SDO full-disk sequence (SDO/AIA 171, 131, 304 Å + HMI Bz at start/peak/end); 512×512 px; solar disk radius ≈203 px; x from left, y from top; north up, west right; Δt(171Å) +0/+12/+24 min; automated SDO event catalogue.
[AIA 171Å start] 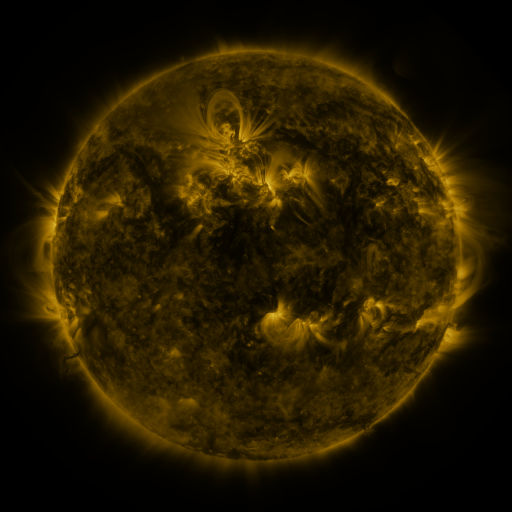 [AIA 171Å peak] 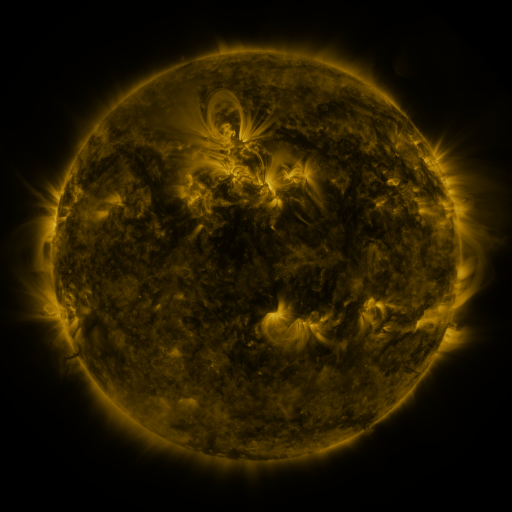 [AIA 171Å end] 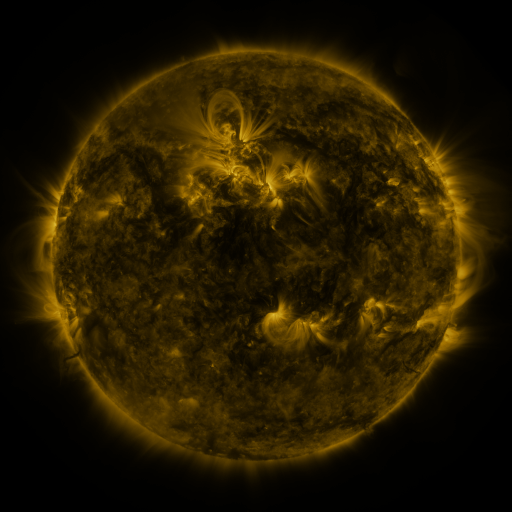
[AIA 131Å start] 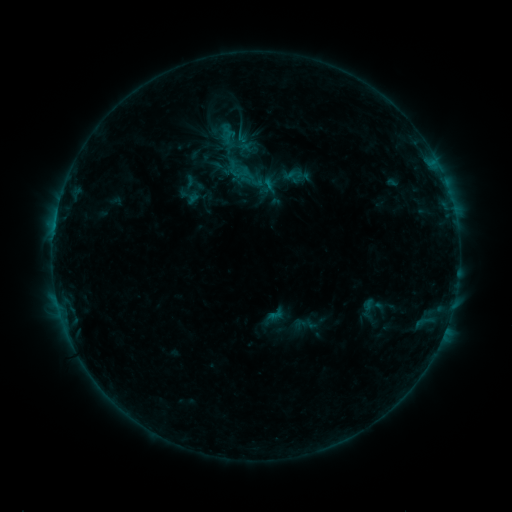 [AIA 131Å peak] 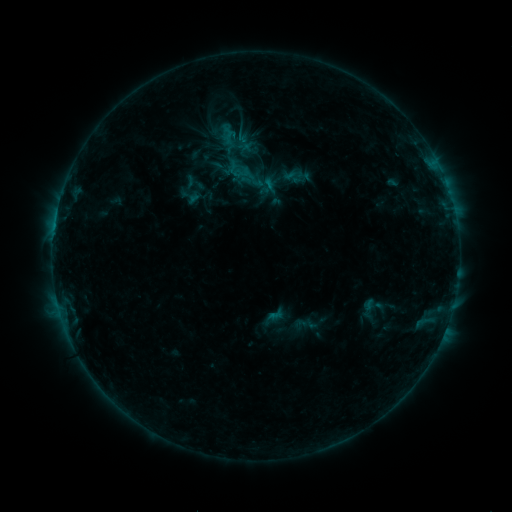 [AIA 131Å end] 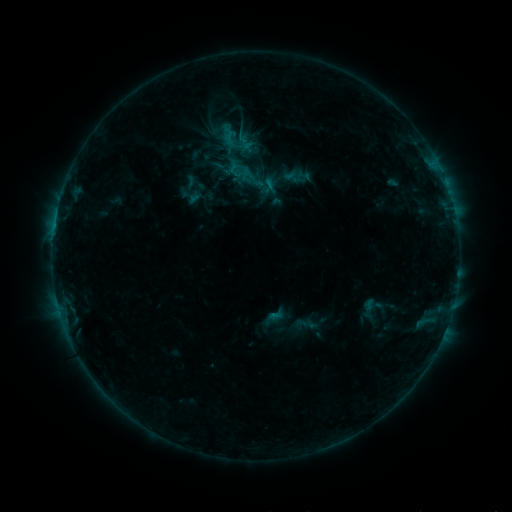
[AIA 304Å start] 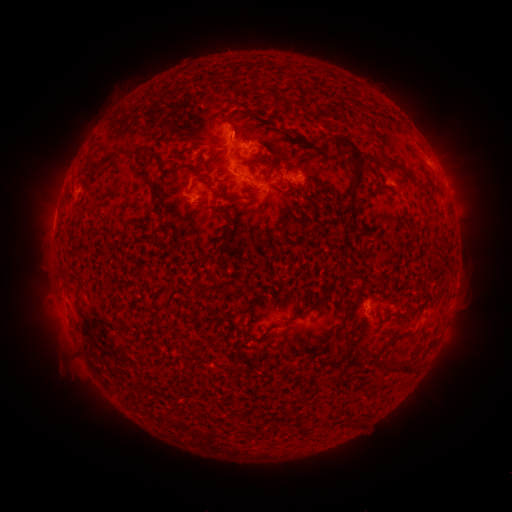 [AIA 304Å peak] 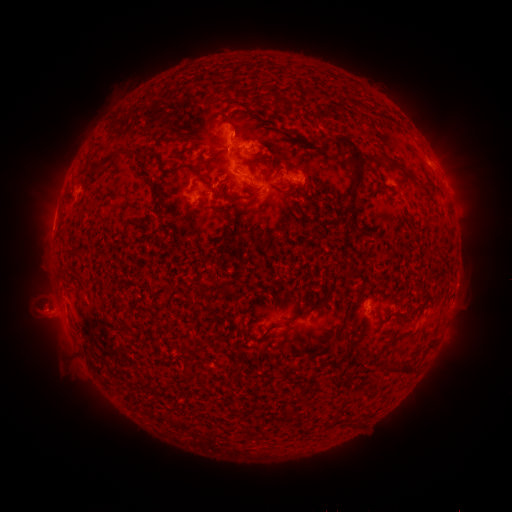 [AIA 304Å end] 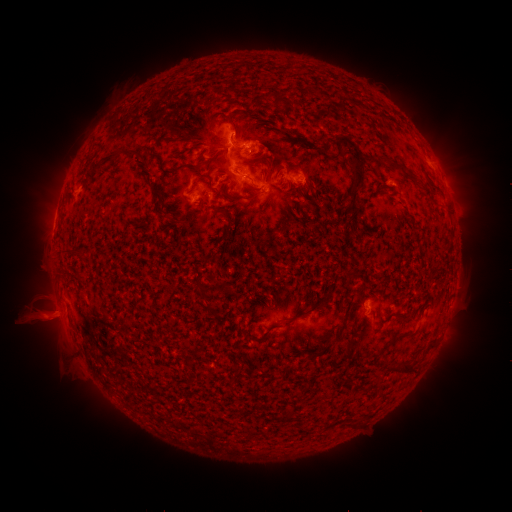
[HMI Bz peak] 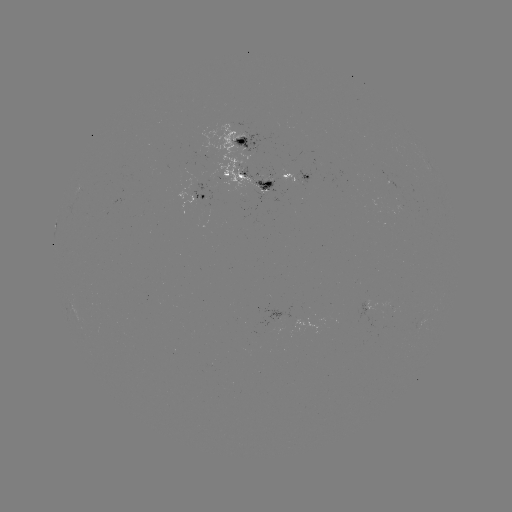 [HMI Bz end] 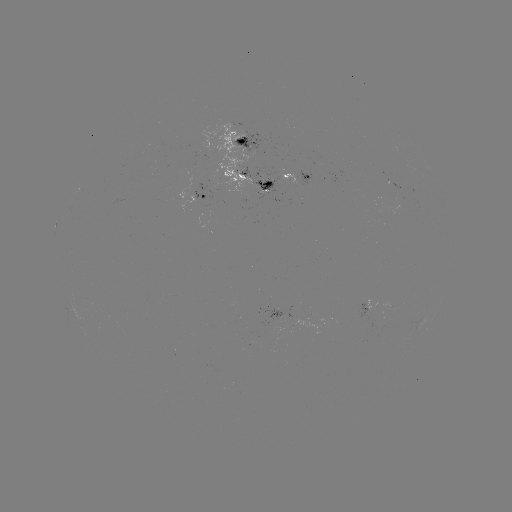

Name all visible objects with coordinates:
eruption: (42, 313)
